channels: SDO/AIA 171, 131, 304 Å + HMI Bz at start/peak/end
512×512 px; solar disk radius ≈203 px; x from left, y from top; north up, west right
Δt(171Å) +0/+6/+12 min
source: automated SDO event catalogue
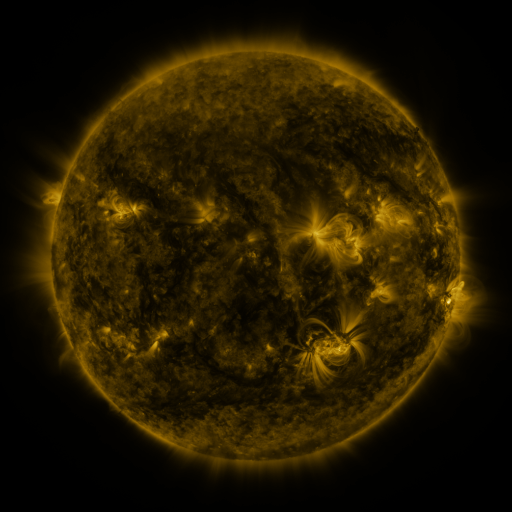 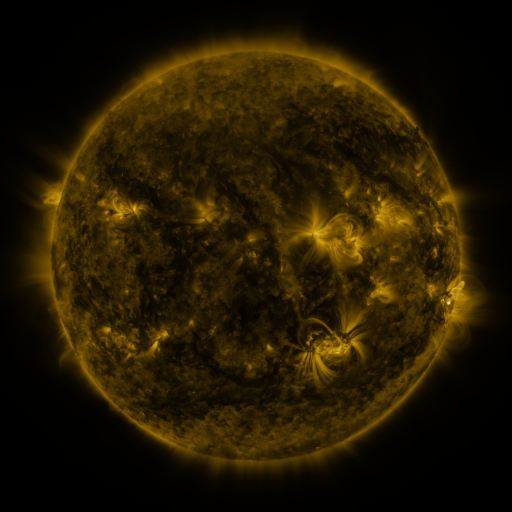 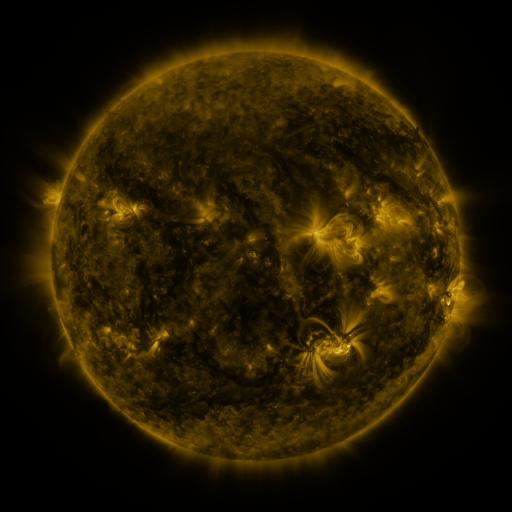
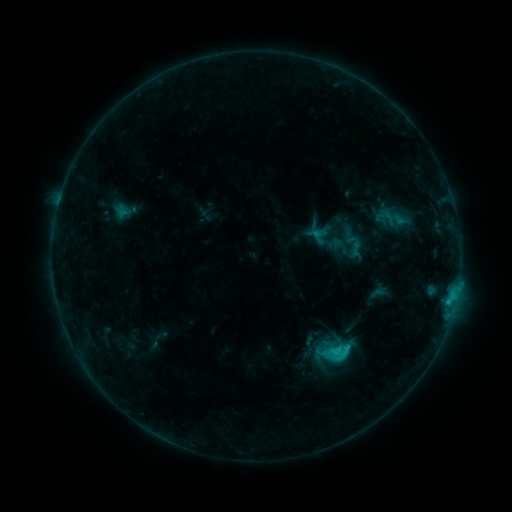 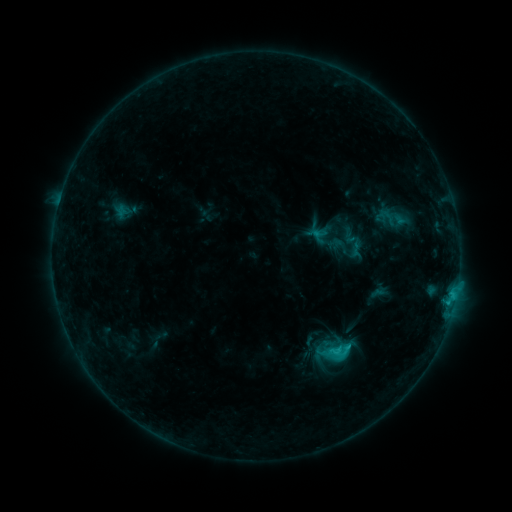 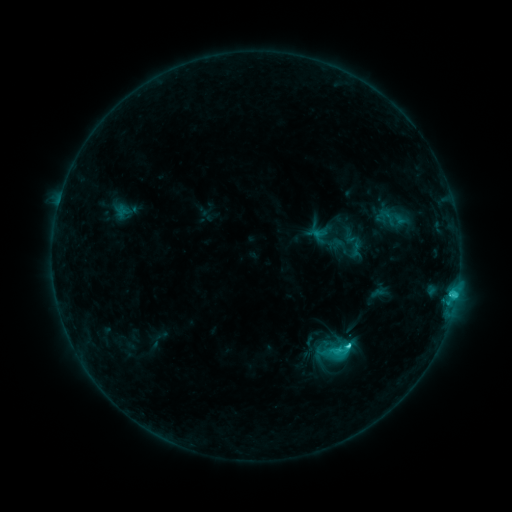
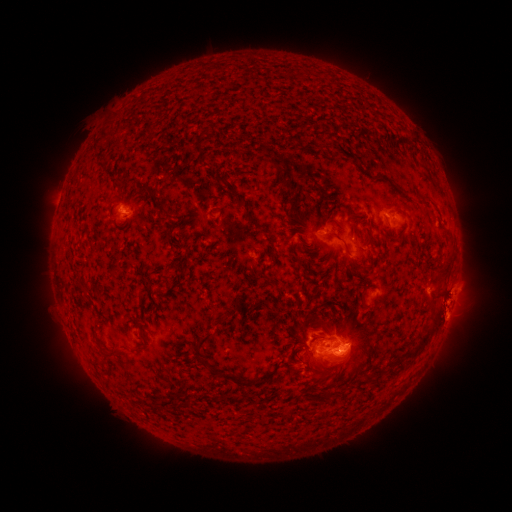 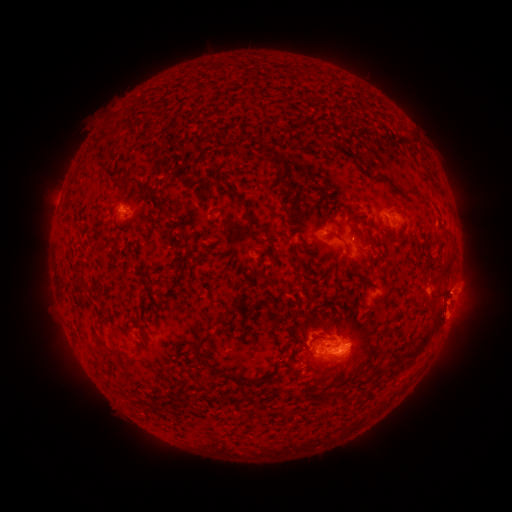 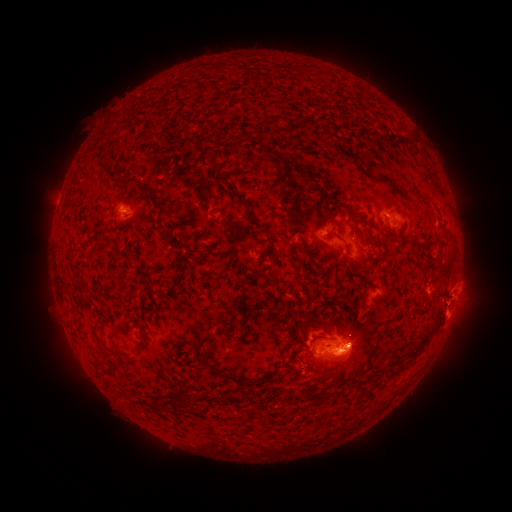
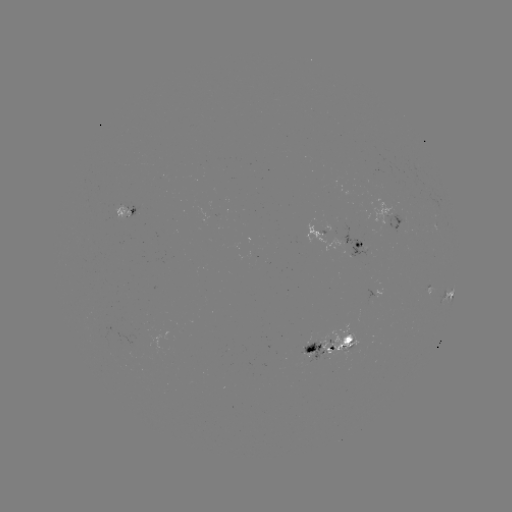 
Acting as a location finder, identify eruption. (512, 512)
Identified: [461, 294].